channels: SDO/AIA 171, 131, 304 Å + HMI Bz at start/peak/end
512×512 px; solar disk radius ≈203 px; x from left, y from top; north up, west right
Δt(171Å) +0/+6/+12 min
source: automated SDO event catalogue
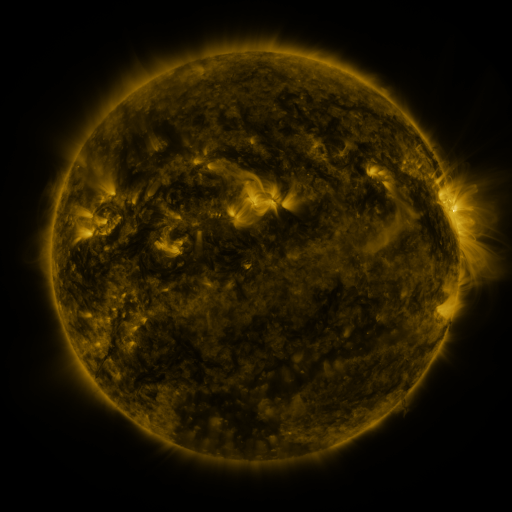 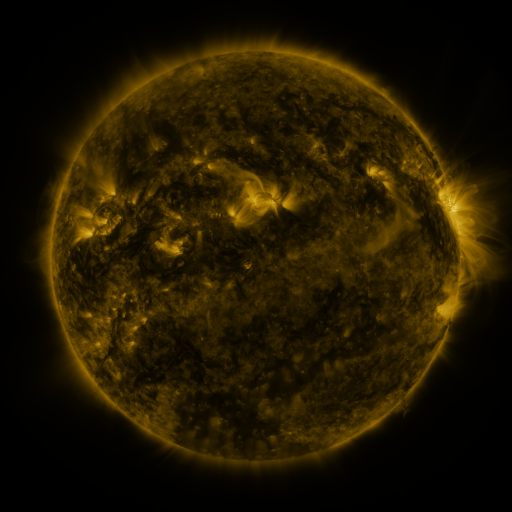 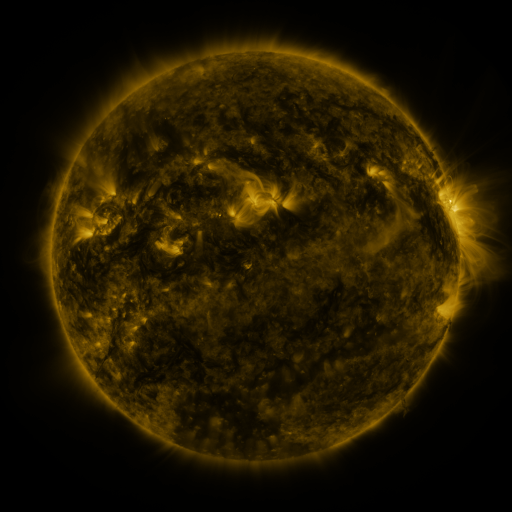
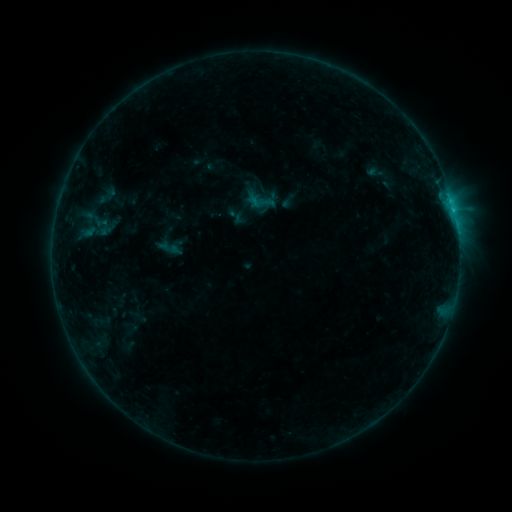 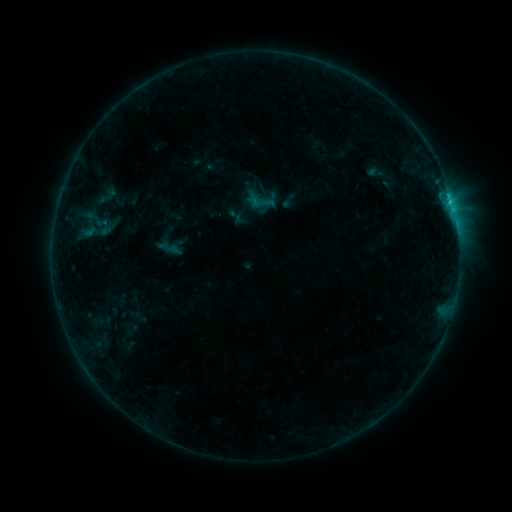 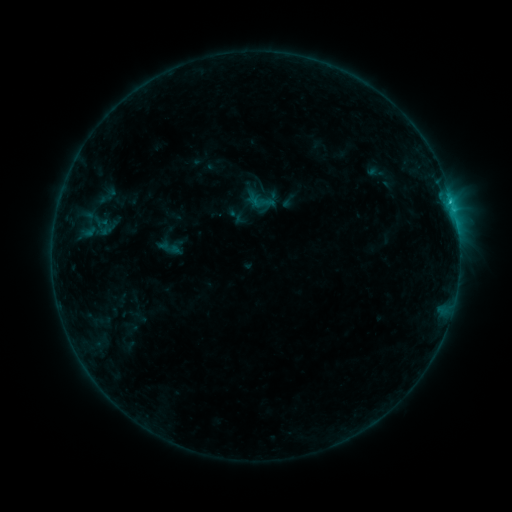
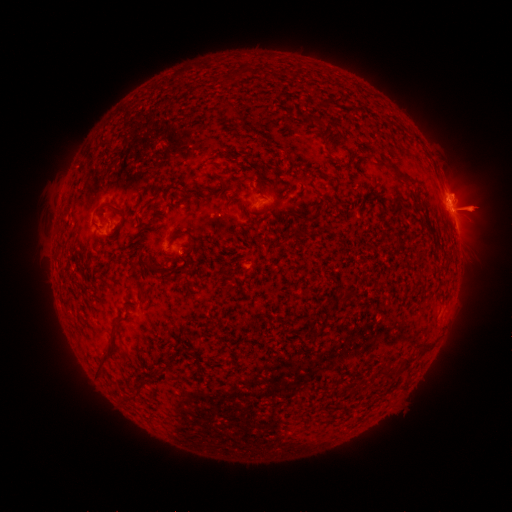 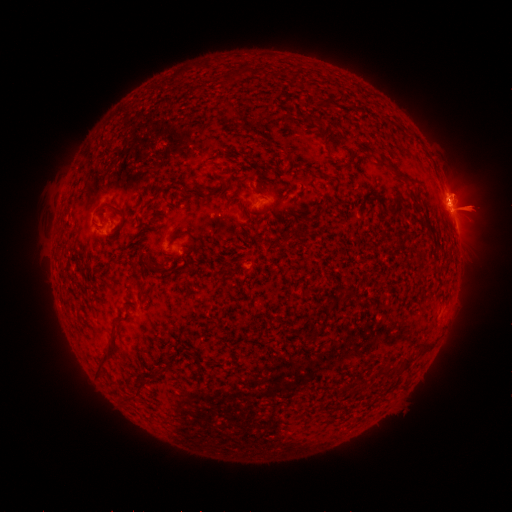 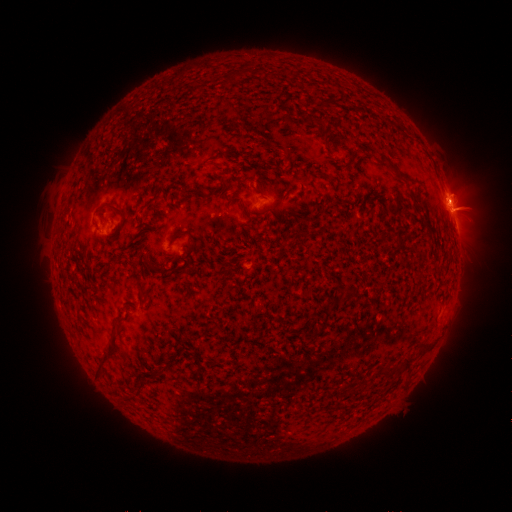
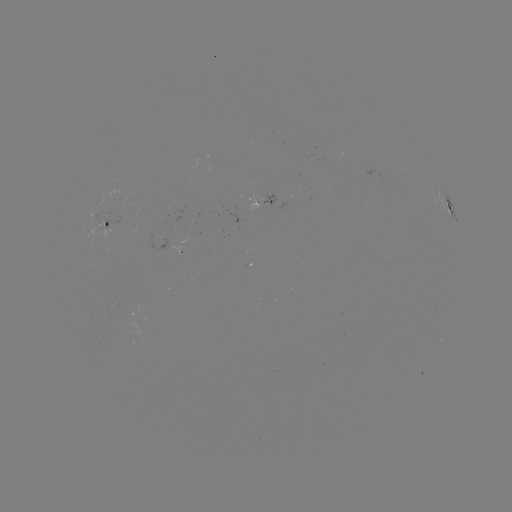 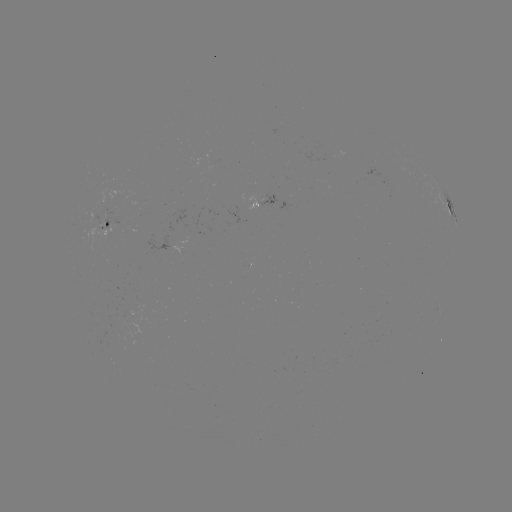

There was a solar flare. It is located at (449, 202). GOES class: B9.5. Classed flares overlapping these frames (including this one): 1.